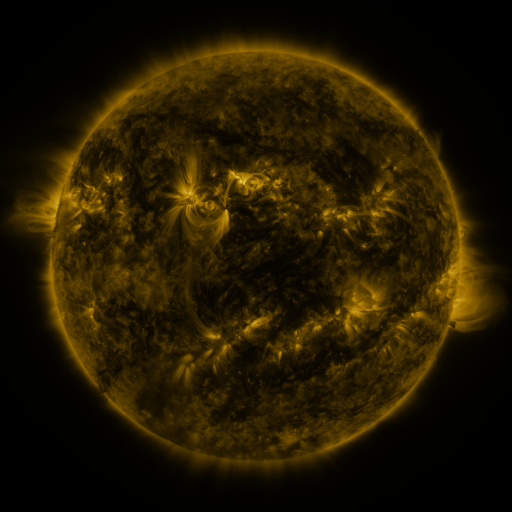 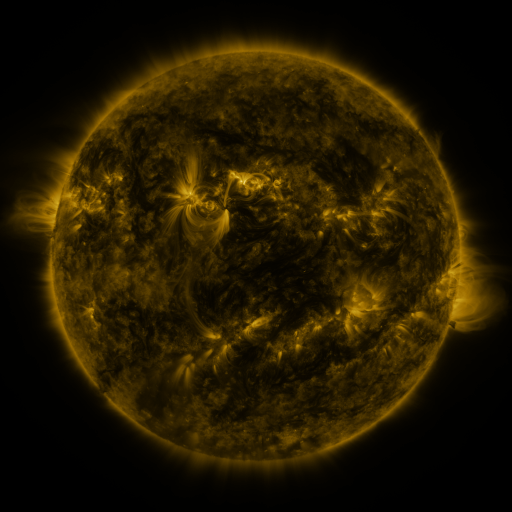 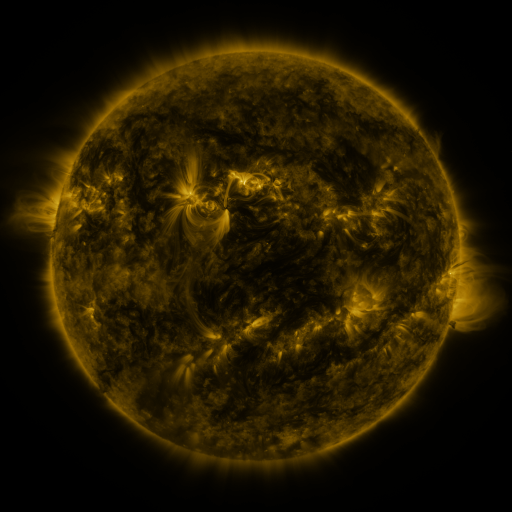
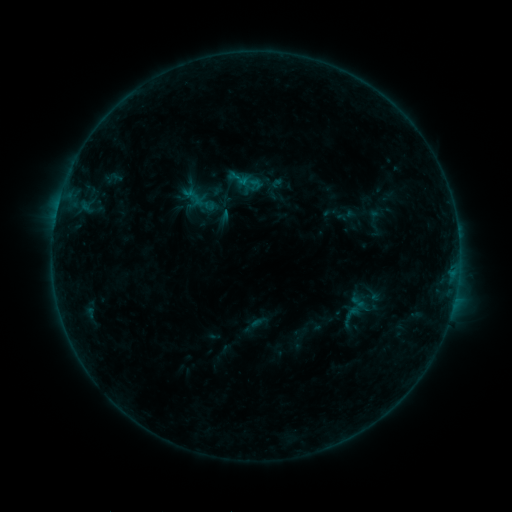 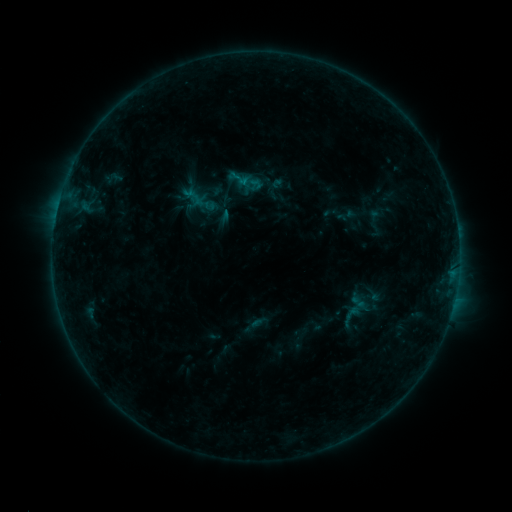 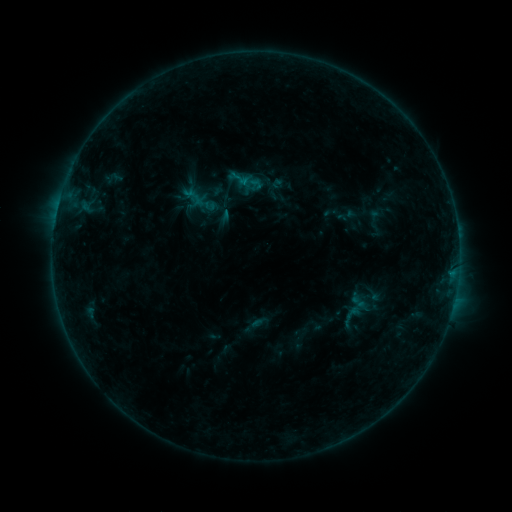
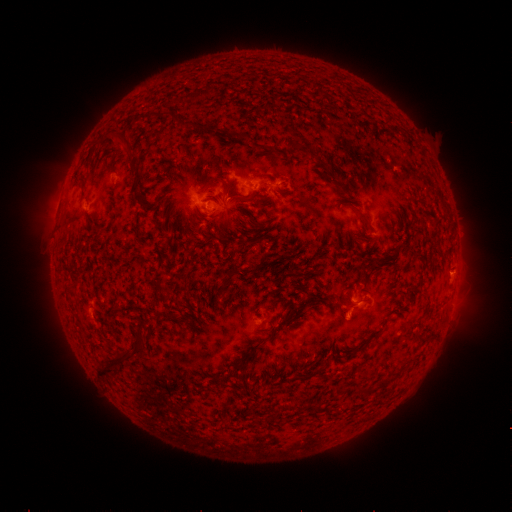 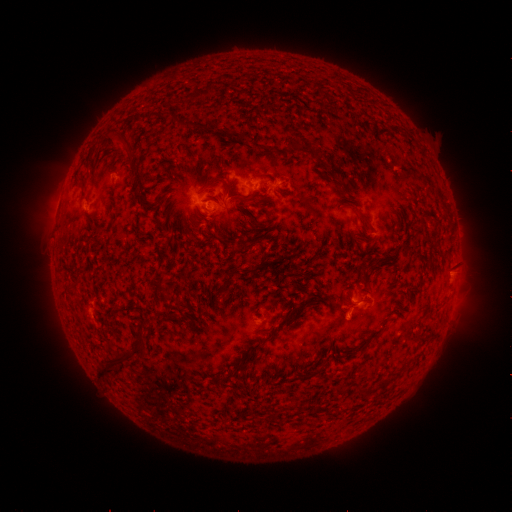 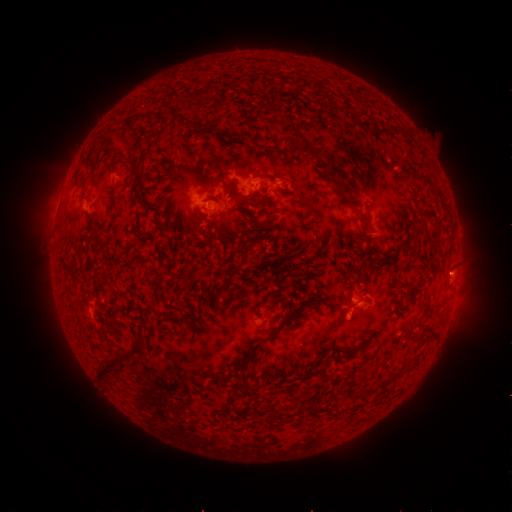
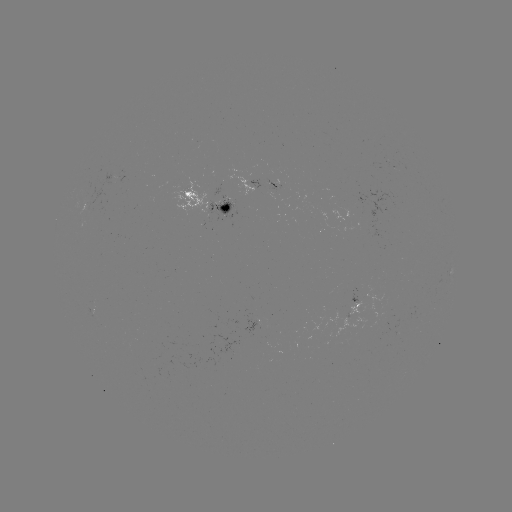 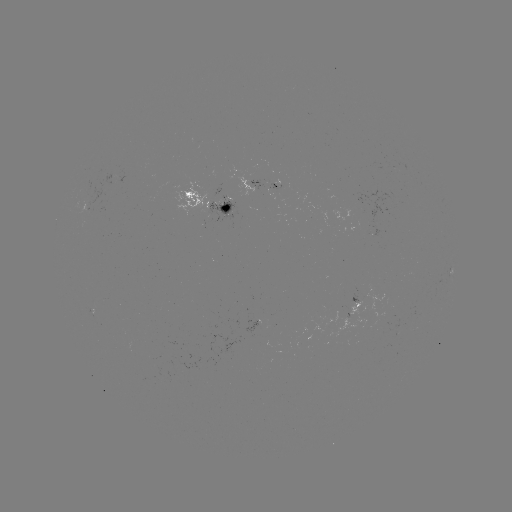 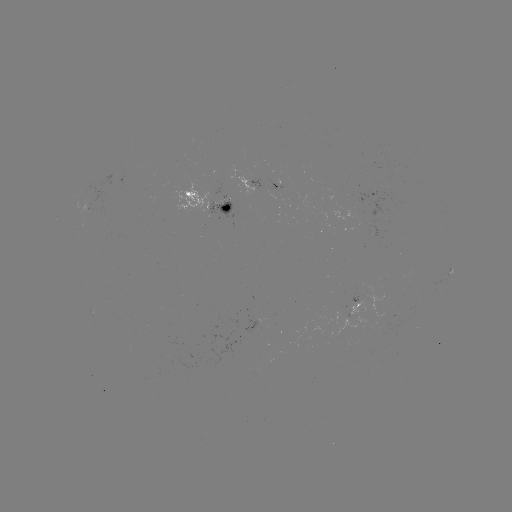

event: eruption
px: (456, 272)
